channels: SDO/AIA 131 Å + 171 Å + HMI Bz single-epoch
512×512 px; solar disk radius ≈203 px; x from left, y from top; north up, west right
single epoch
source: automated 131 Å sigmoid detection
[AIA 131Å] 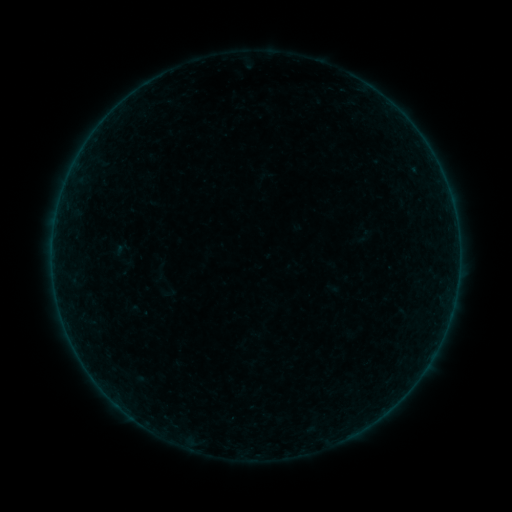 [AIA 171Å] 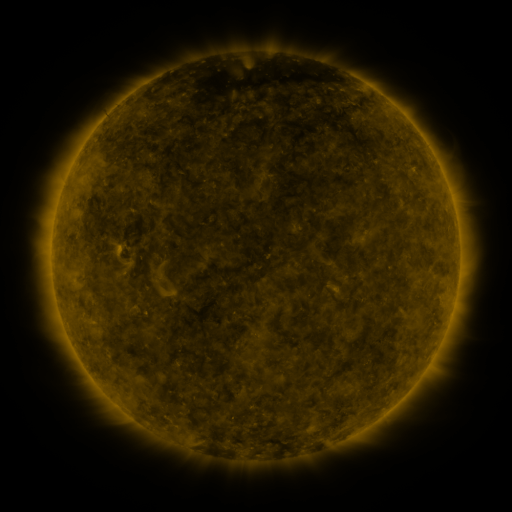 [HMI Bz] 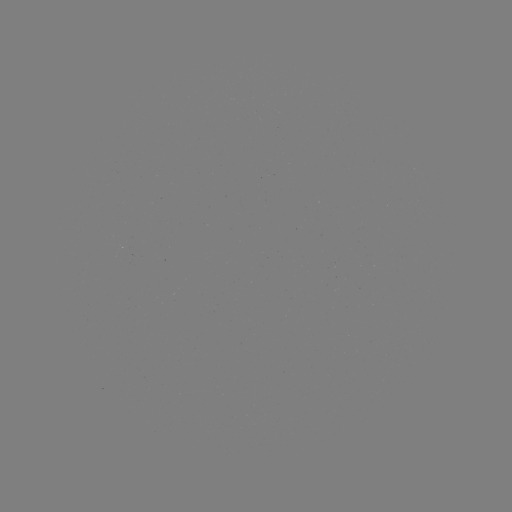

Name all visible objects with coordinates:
sigmoid: (108, 236, 138, 272)
